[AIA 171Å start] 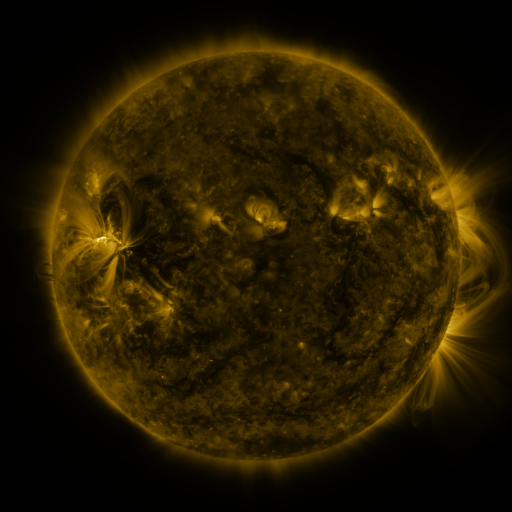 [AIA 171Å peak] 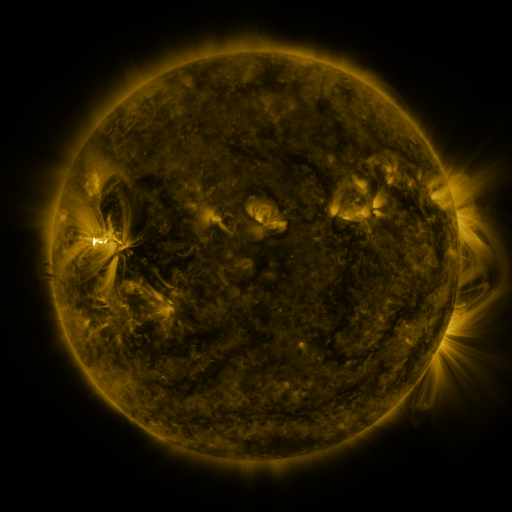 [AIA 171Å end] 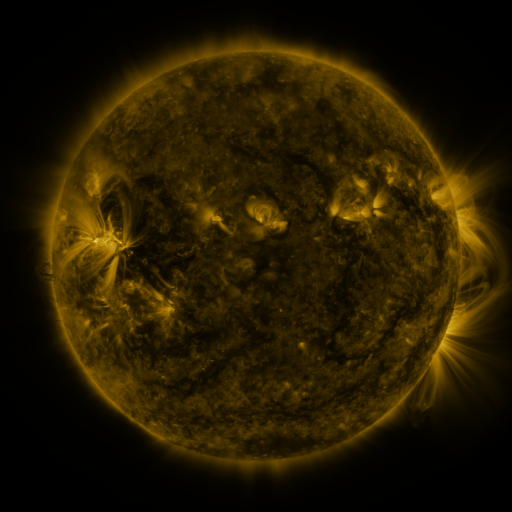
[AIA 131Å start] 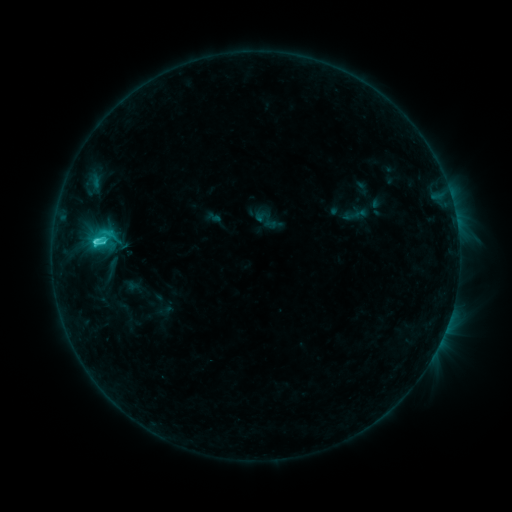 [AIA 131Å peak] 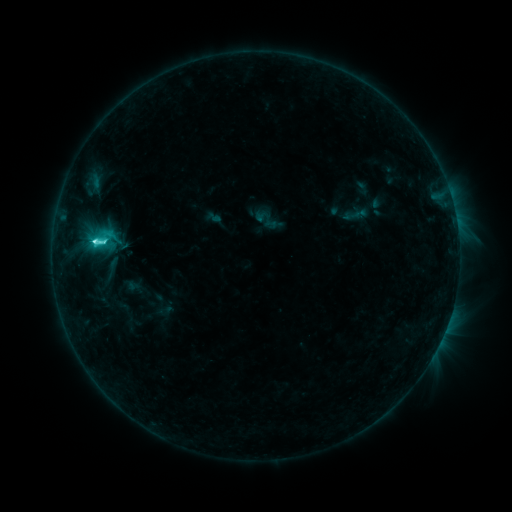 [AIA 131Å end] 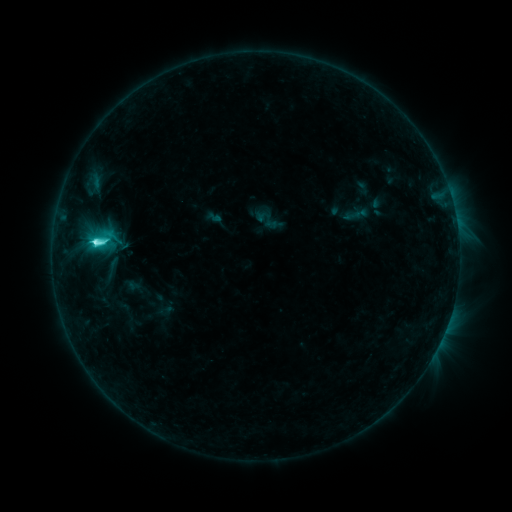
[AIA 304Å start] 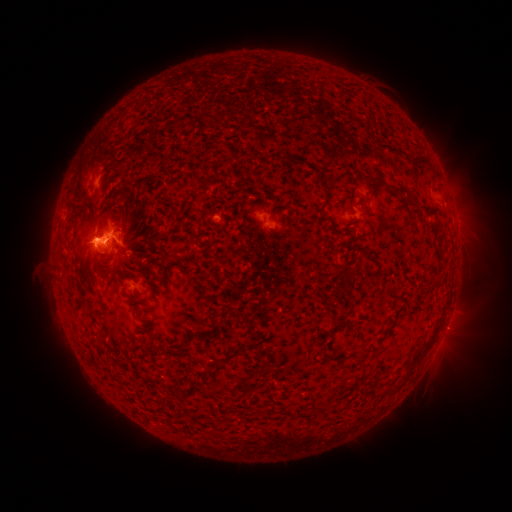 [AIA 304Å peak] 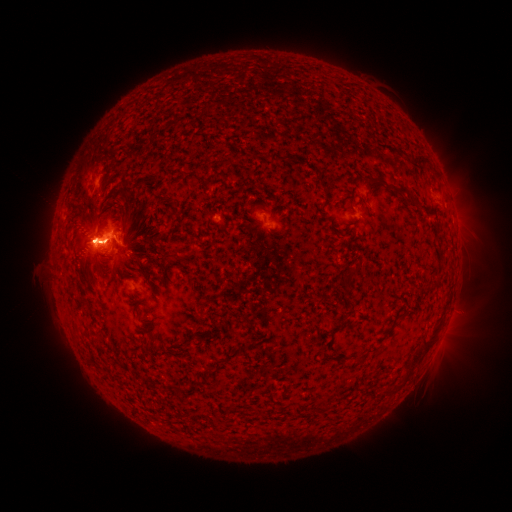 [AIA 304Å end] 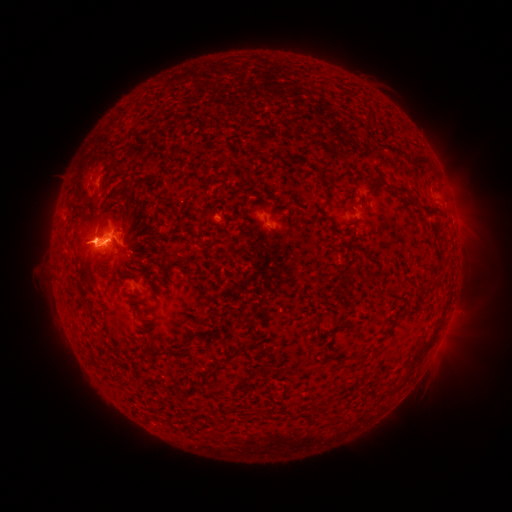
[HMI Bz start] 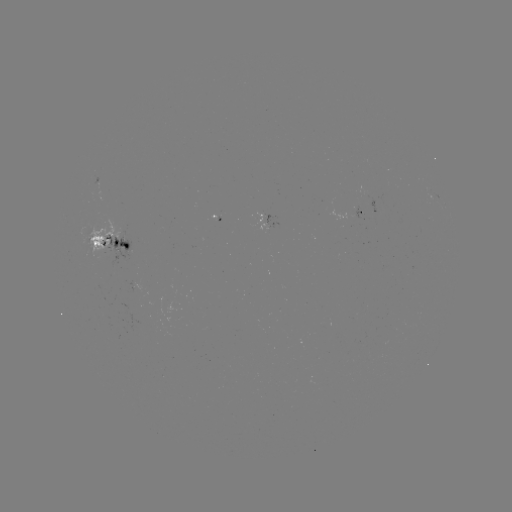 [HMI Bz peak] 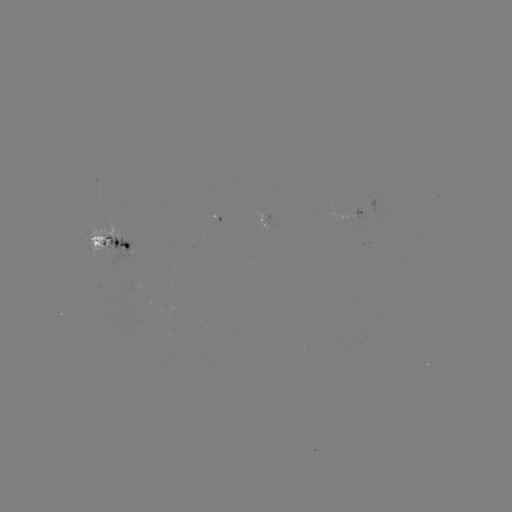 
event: flare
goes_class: C9.9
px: (94, 240)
